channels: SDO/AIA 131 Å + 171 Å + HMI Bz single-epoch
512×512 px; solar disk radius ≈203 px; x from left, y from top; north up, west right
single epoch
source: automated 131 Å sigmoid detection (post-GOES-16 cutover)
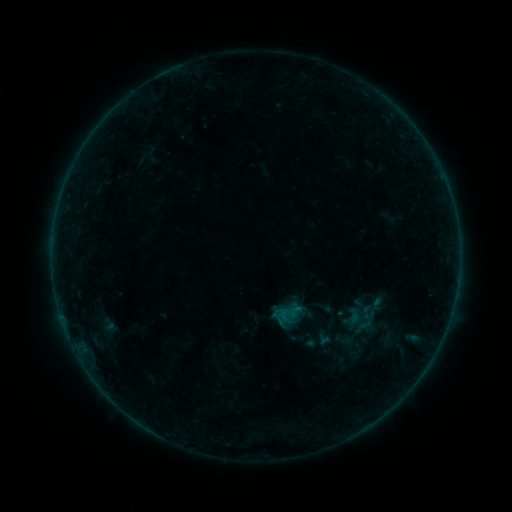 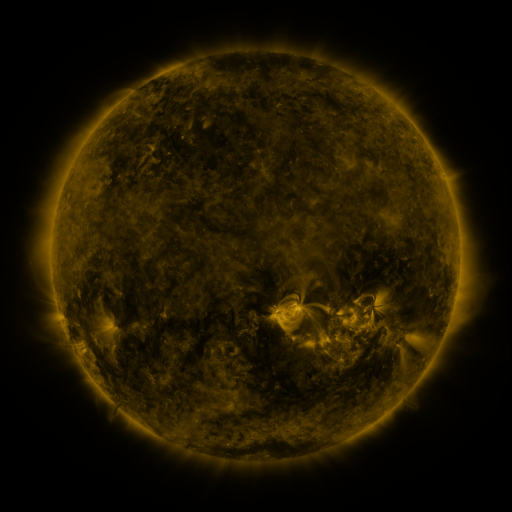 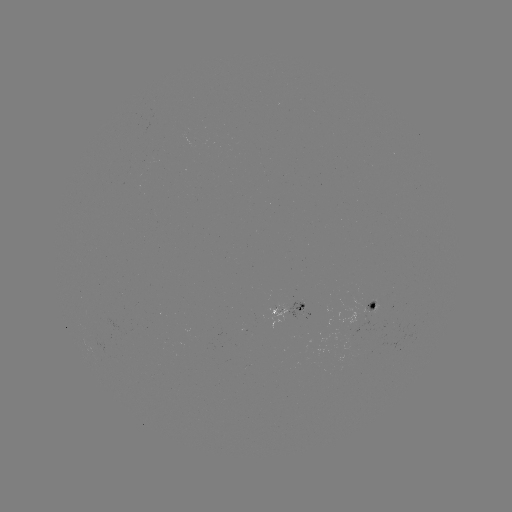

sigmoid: <bbox>334, 330, 353, 350</bbox>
